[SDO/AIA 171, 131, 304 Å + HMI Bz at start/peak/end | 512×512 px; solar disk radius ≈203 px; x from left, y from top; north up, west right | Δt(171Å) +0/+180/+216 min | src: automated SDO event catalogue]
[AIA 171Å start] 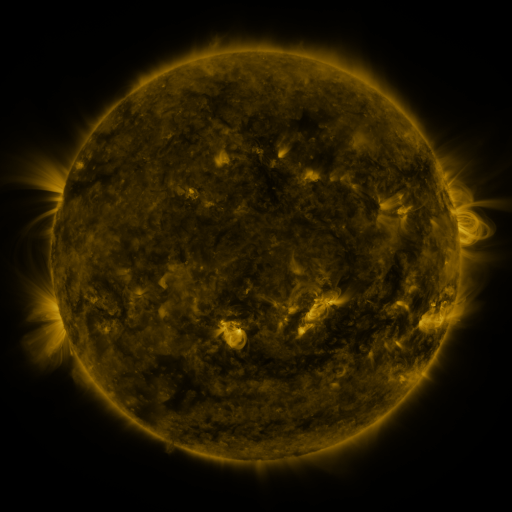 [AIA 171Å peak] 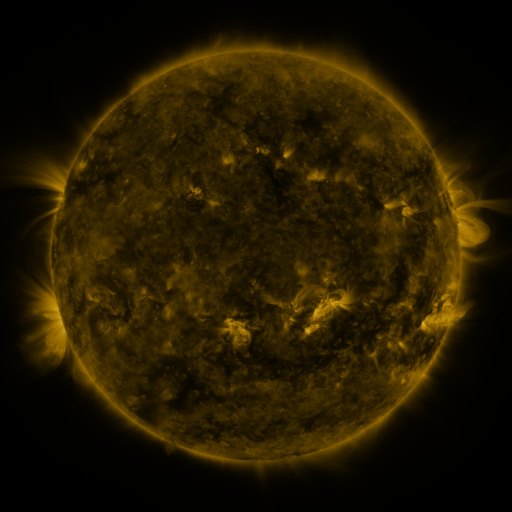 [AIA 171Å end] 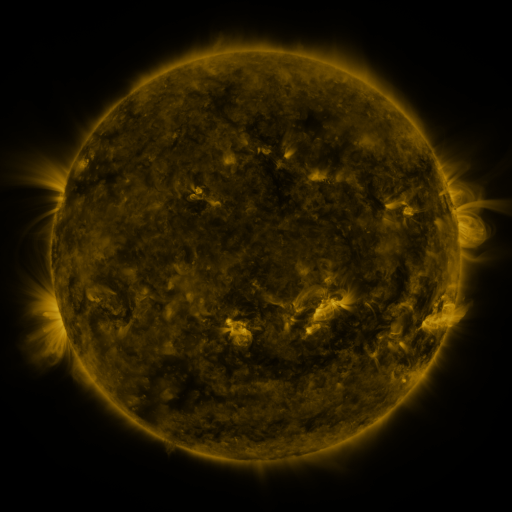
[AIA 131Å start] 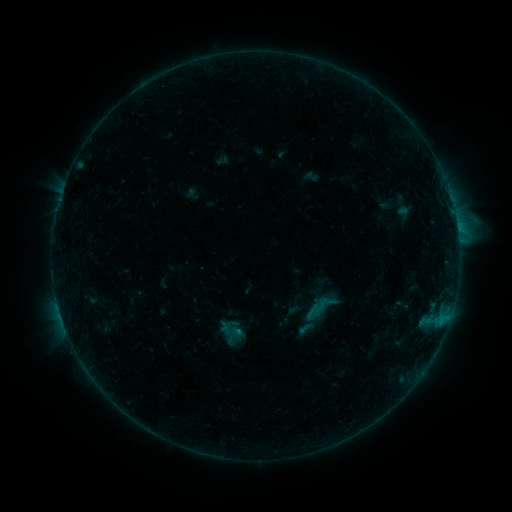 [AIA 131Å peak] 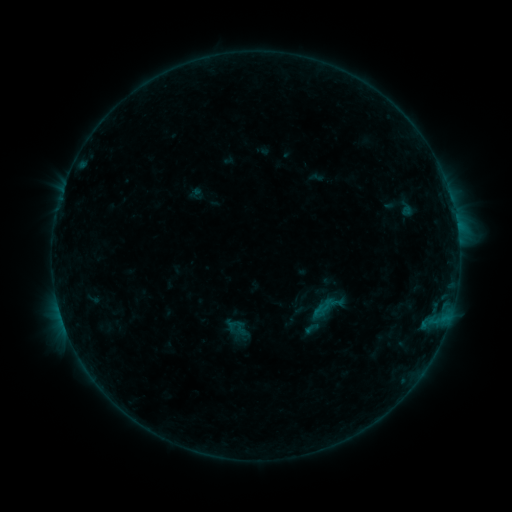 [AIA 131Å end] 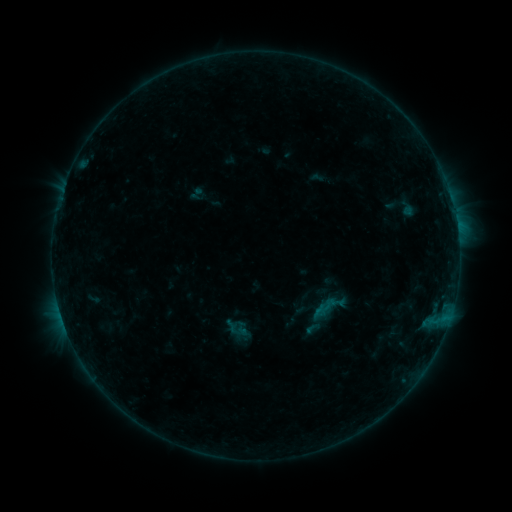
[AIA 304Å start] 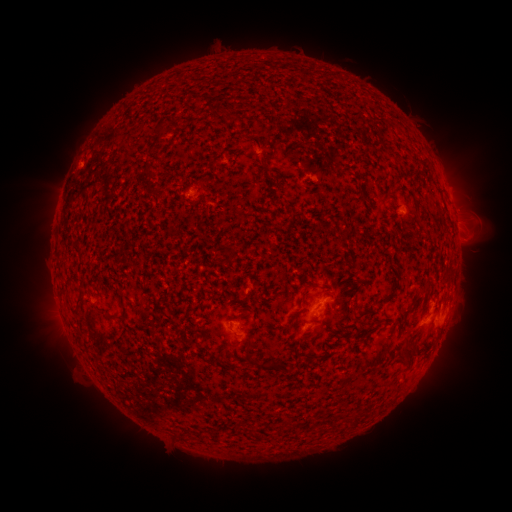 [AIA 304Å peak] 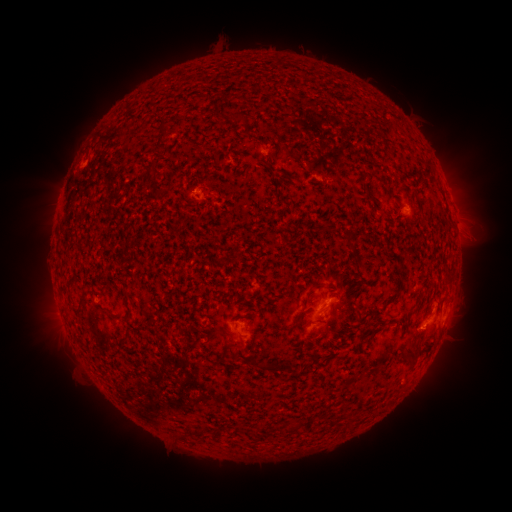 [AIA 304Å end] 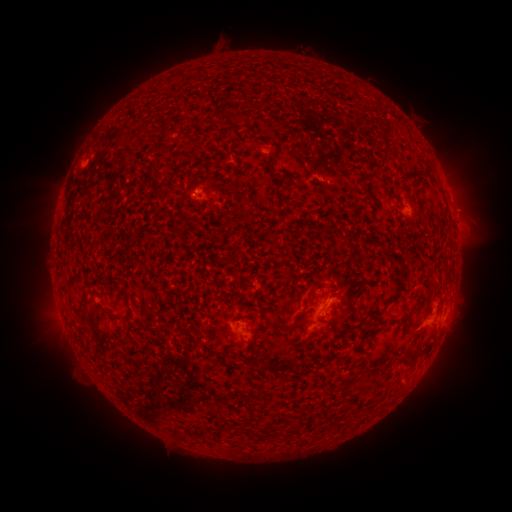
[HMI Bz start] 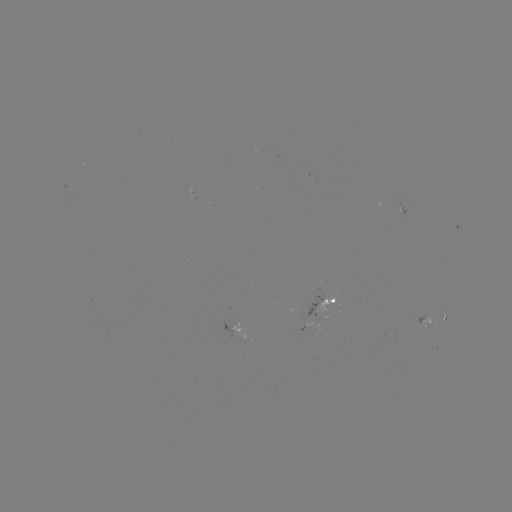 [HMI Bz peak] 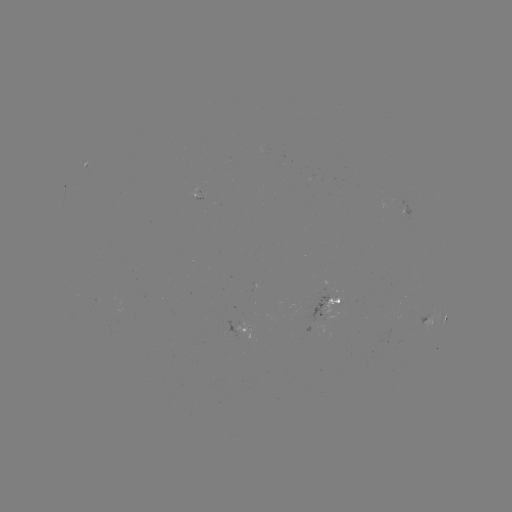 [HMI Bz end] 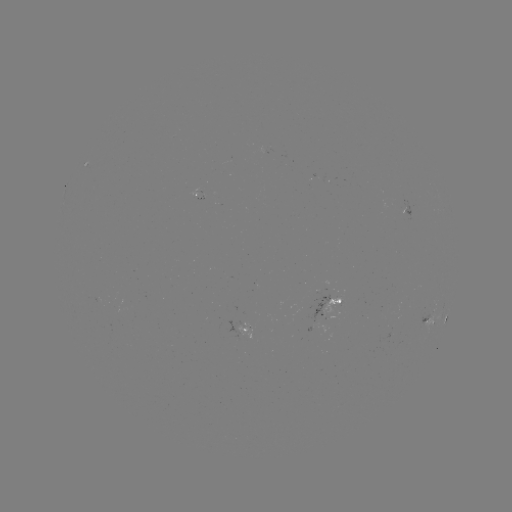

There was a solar emerging-flux region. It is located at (197, 192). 